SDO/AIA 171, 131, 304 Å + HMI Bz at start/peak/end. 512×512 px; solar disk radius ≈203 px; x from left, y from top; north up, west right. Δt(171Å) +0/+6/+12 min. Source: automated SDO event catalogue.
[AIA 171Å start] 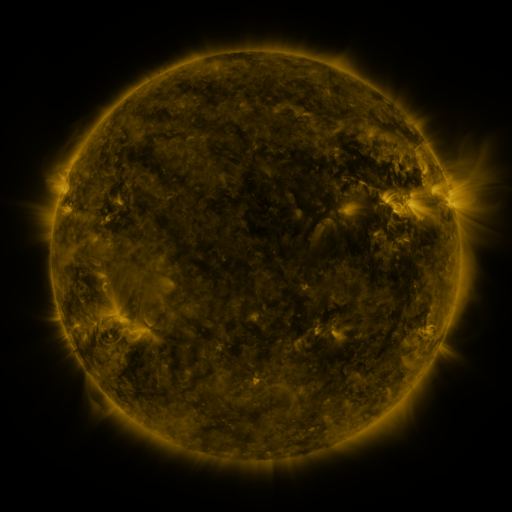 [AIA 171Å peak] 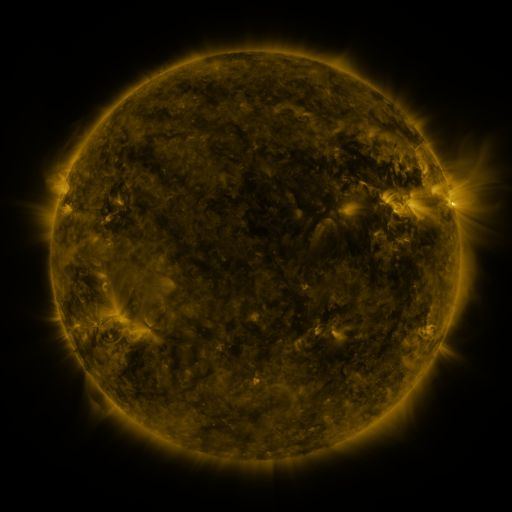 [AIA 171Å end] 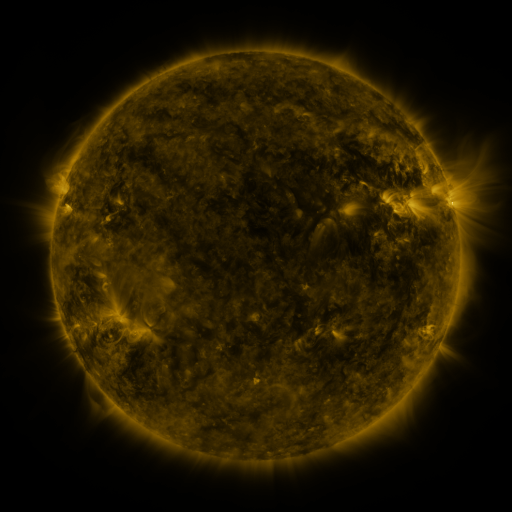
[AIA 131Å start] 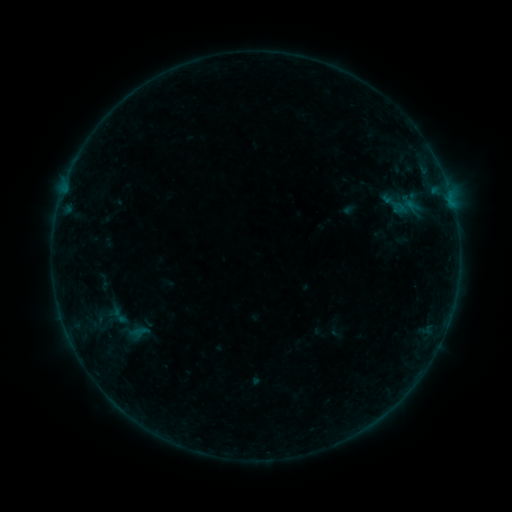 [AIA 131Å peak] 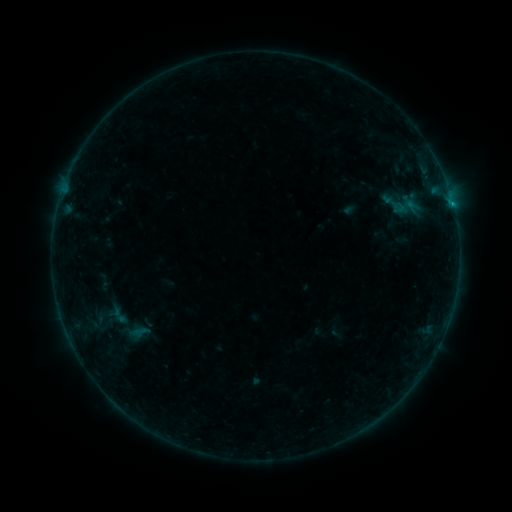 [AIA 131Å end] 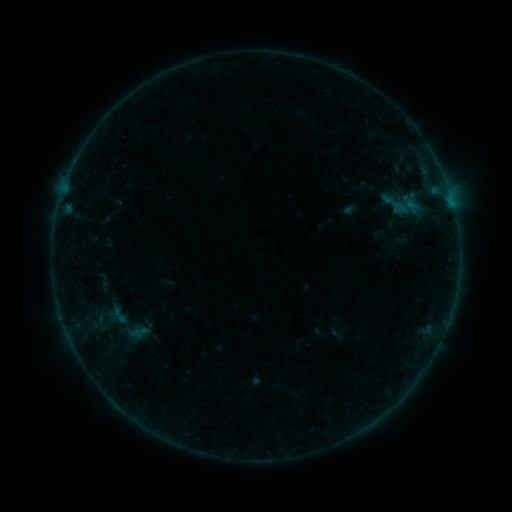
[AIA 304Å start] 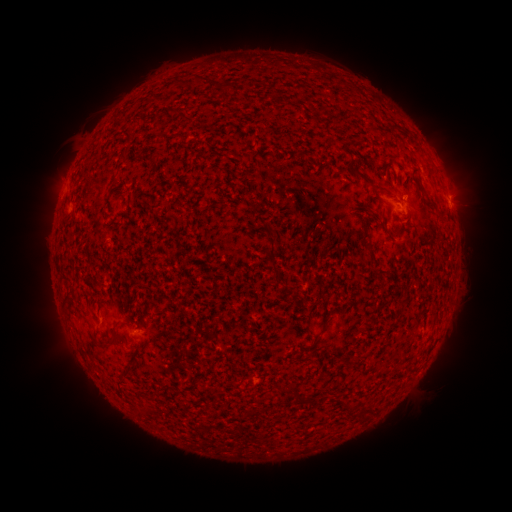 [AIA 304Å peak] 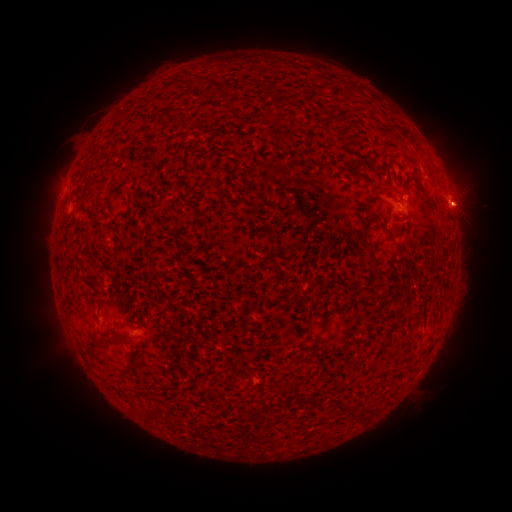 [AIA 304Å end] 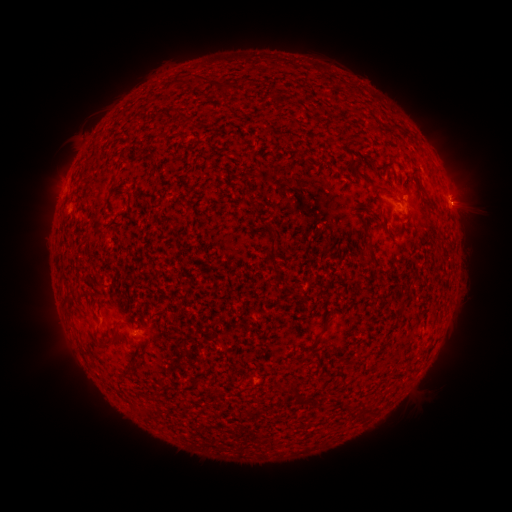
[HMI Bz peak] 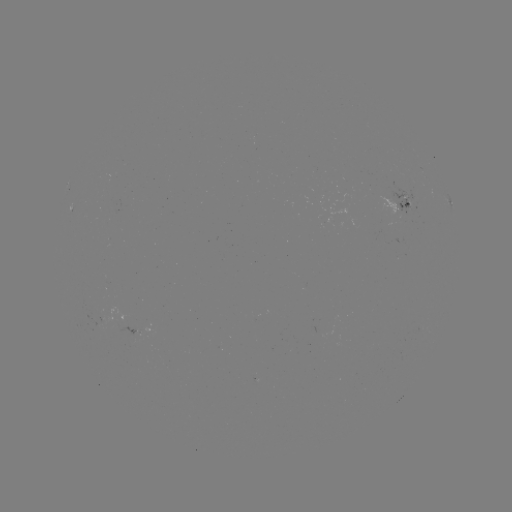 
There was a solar flare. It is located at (451, 204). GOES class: B2.6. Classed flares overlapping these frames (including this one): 1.